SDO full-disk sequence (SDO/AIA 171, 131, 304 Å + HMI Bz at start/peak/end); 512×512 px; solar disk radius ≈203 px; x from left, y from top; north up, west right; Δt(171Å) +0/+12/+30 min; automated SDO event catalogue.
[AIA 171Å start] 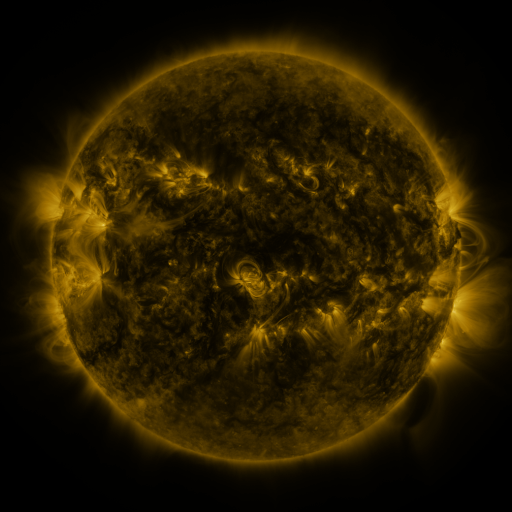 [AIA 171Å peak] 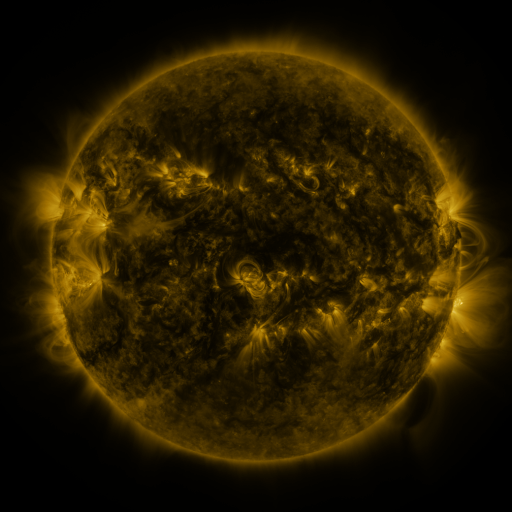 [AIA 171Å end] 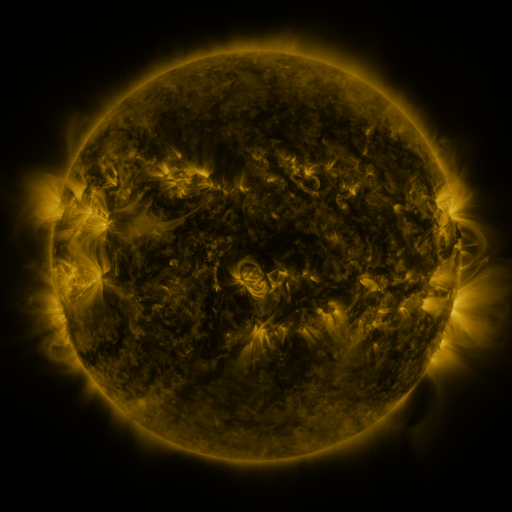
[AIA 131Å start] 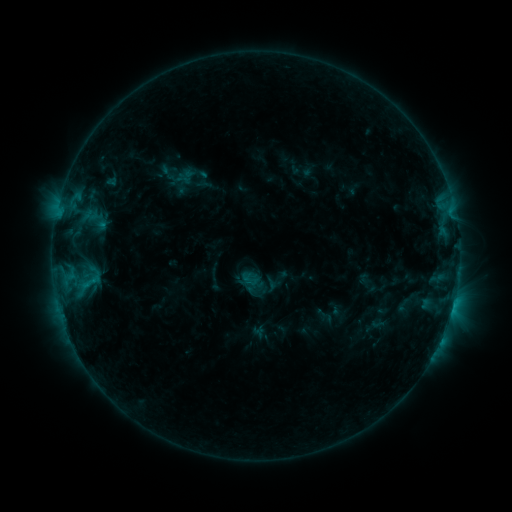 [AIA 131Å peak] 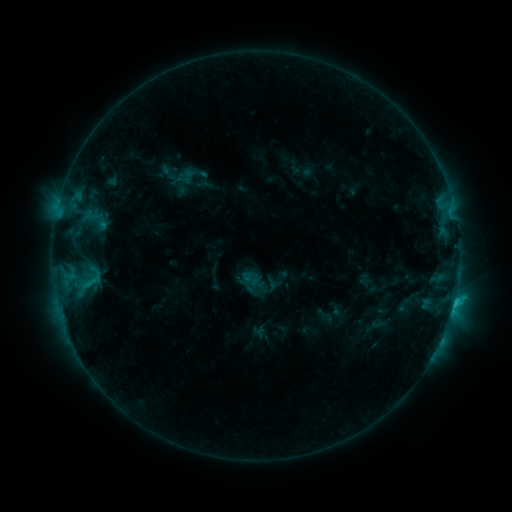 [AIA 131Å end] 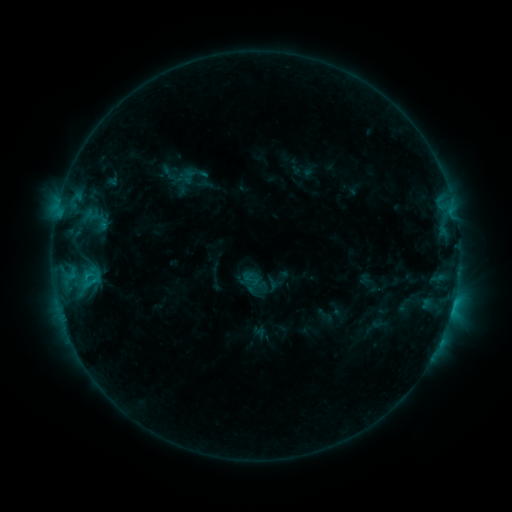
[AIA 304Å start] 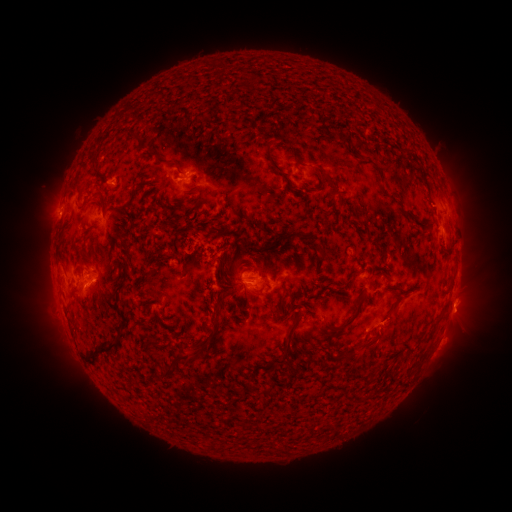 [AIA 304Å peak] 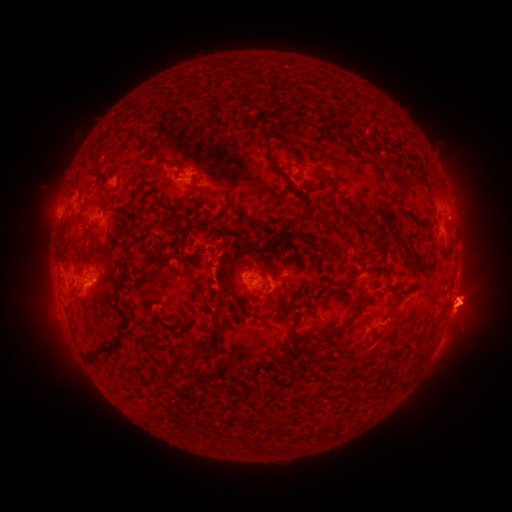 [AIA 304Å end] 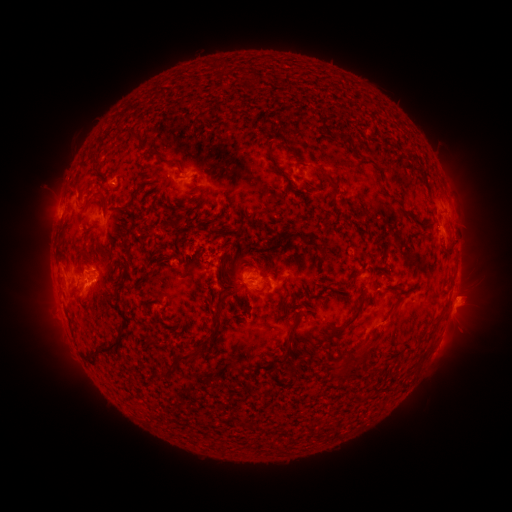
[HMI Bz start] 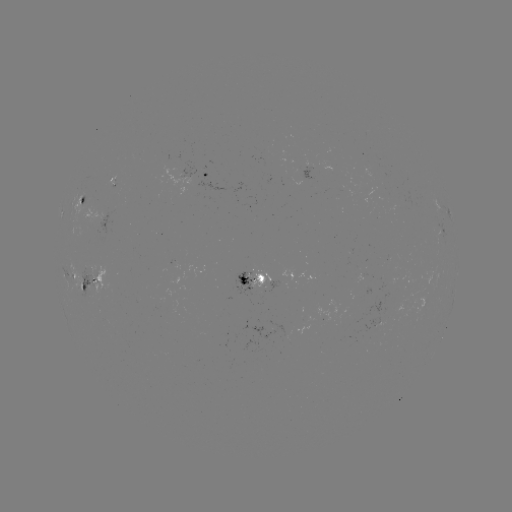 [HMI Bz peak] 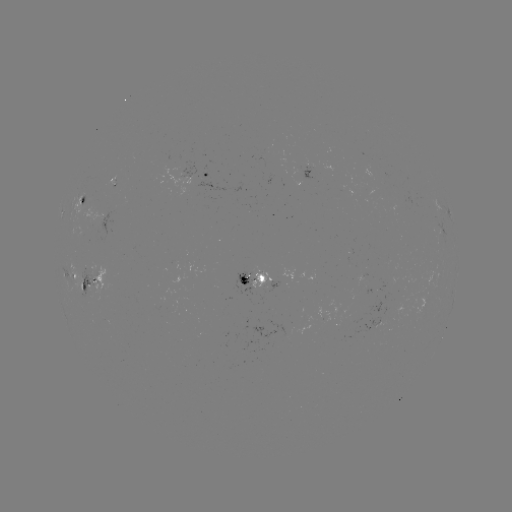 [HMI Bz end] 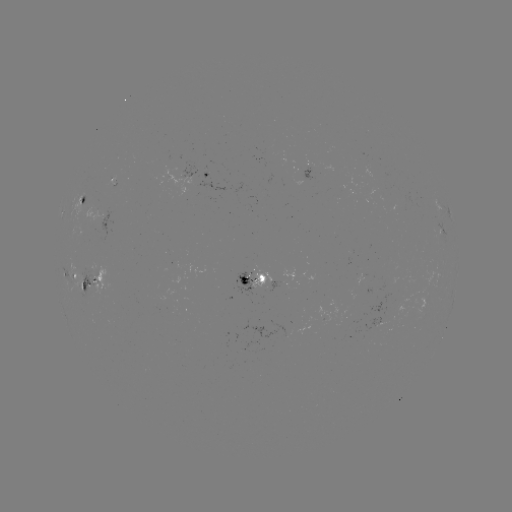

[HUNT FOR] eruption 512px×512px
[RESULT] (469, 304)